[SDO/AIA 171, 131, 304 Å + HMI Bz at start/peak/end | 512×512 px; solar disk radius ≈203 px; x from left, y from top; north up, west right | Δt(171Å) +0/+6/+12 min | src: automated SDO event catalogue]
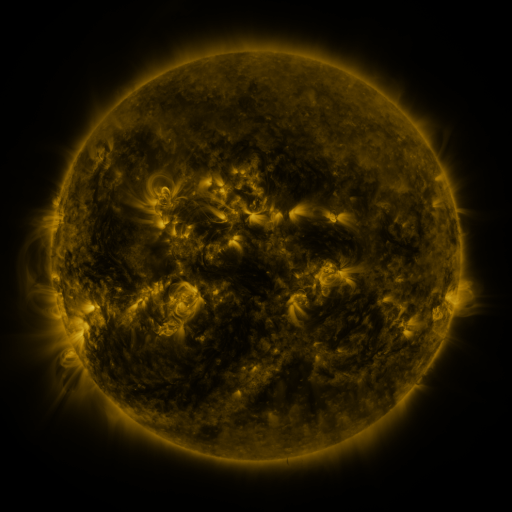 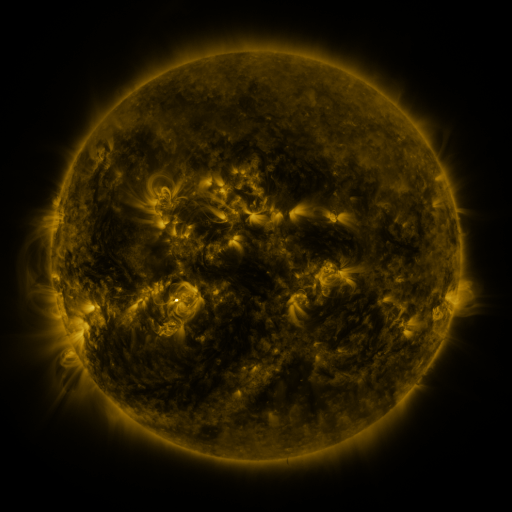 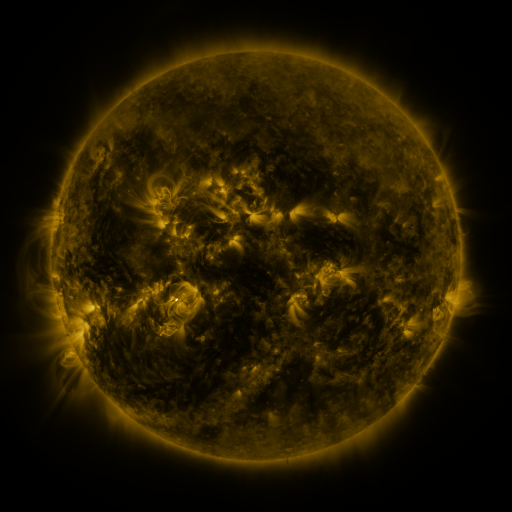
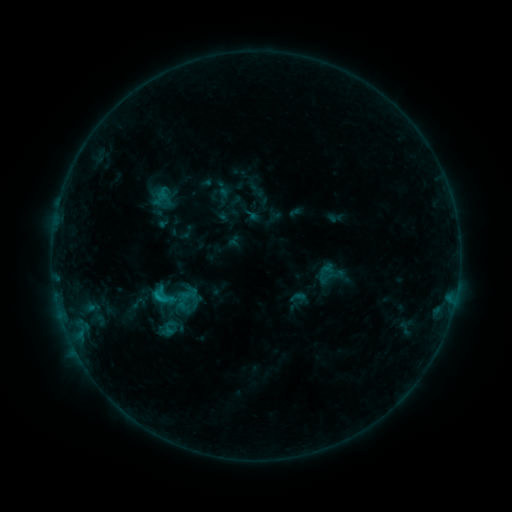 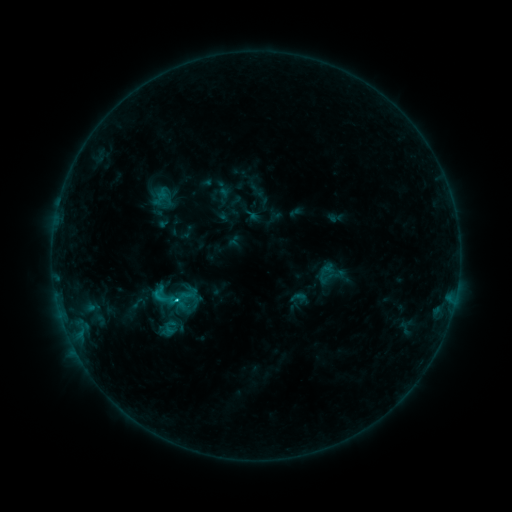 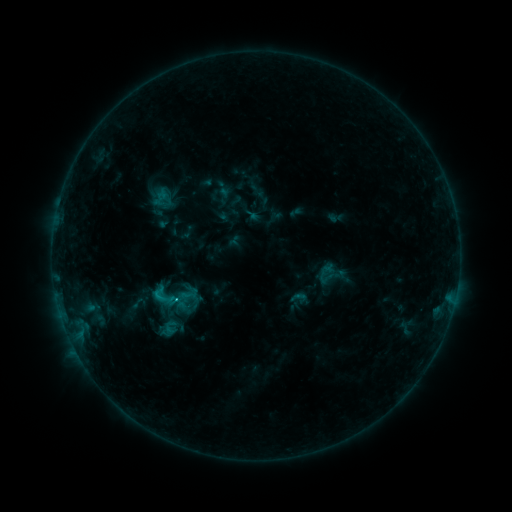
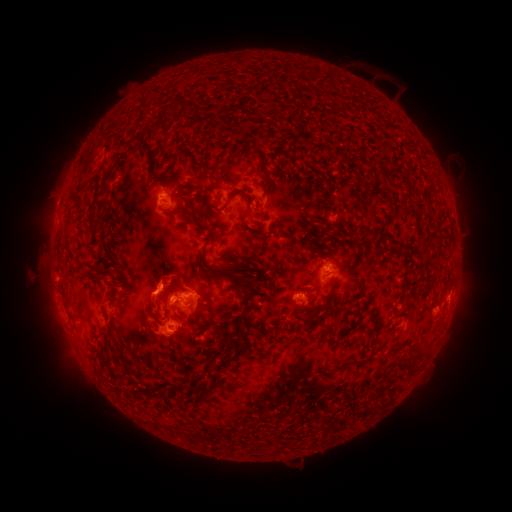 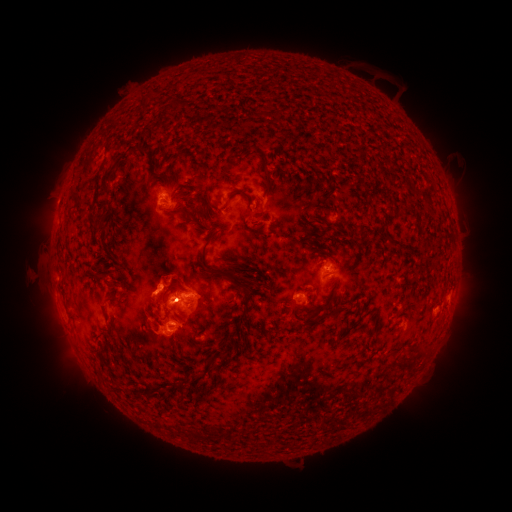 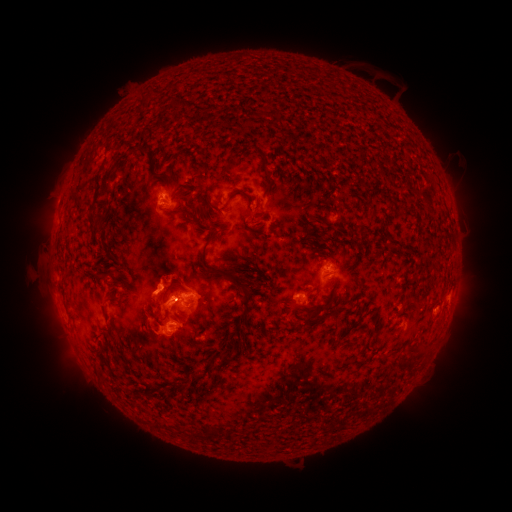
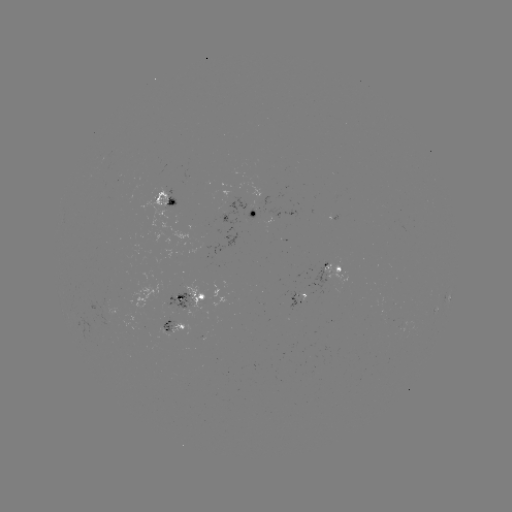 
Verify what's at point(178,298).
C3.4 flare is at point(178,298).